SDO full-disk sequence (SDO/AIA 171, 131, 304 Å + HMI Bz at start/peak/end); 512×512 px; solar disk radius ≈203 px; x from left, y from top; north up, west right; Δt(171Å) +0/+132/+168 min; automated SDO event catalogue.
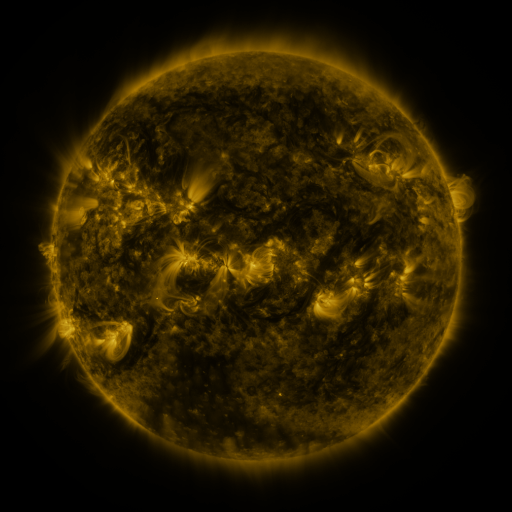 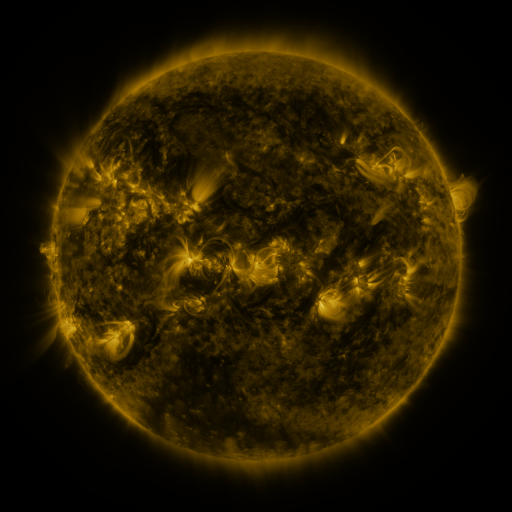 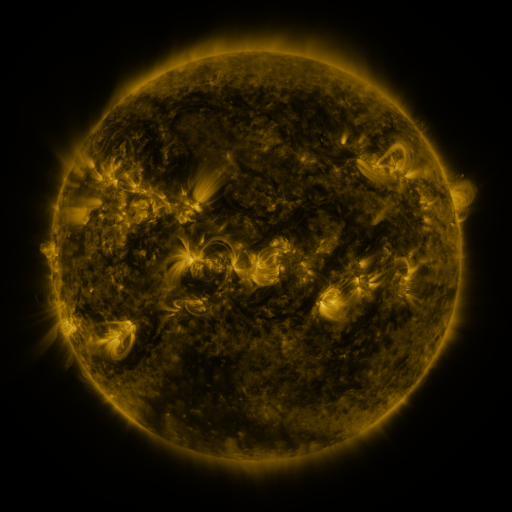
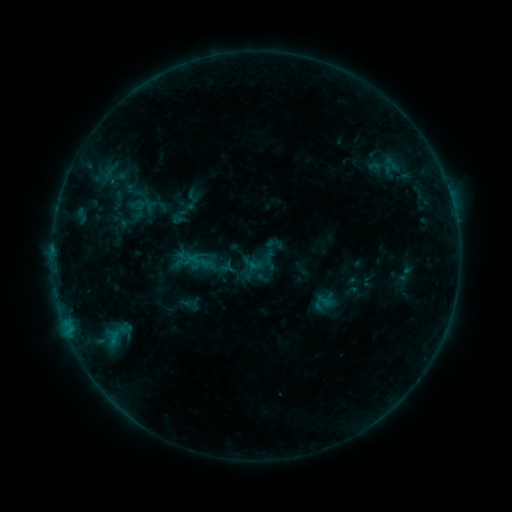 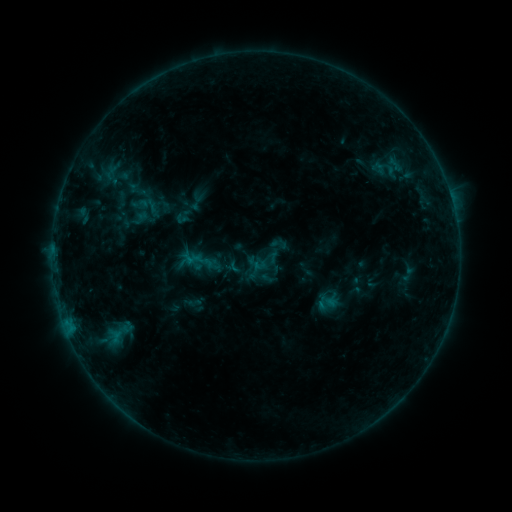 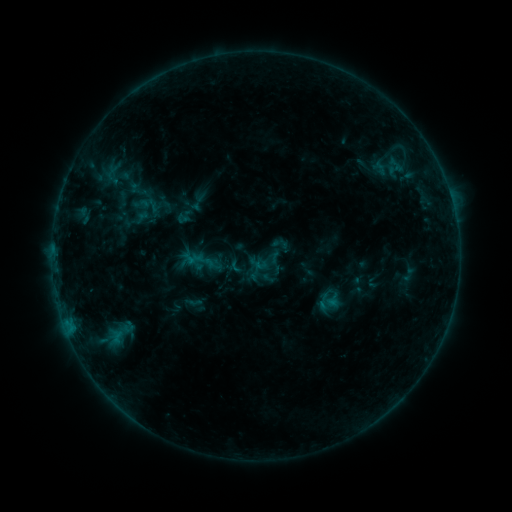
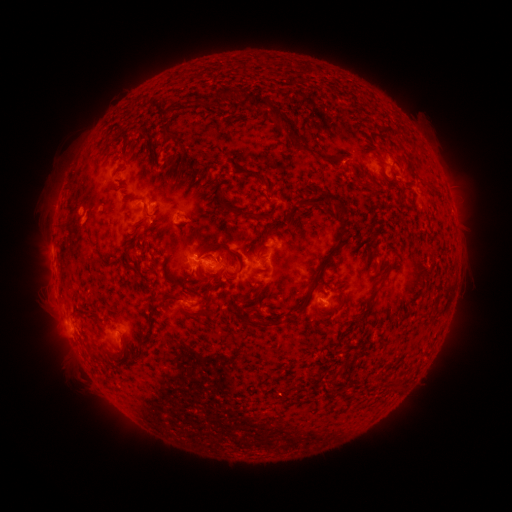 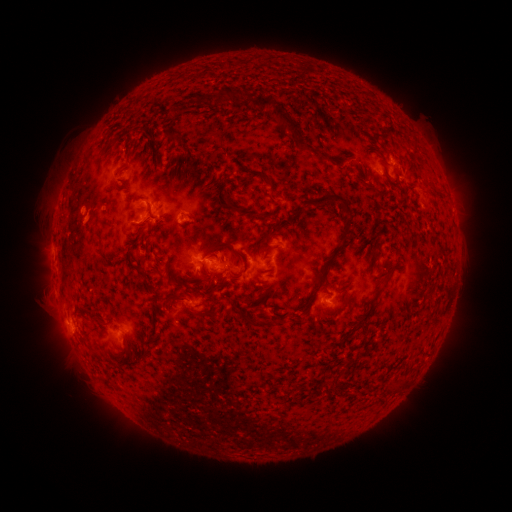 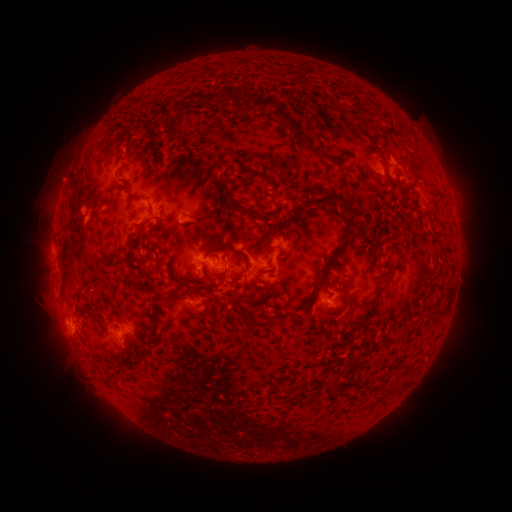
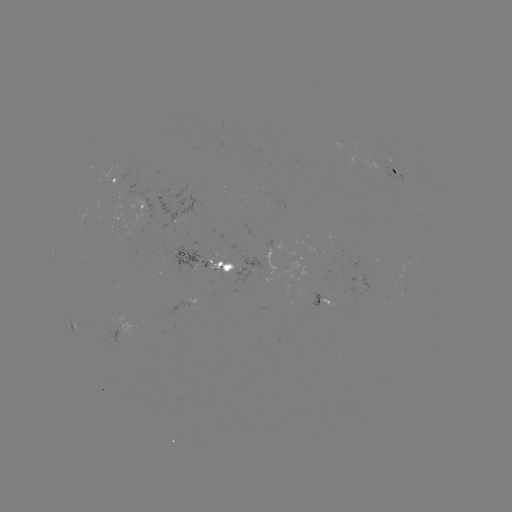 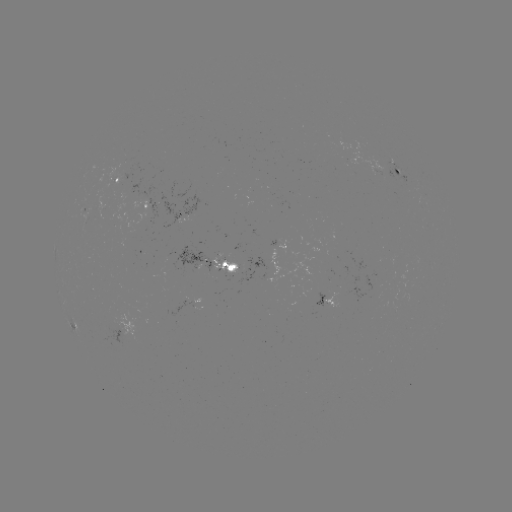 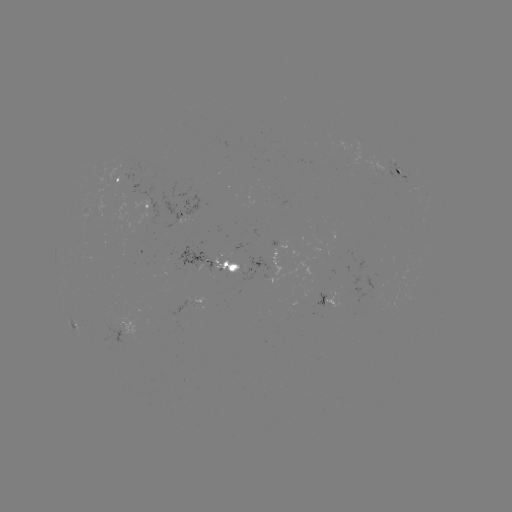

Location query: emerging-flux region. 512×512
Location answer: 375,167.